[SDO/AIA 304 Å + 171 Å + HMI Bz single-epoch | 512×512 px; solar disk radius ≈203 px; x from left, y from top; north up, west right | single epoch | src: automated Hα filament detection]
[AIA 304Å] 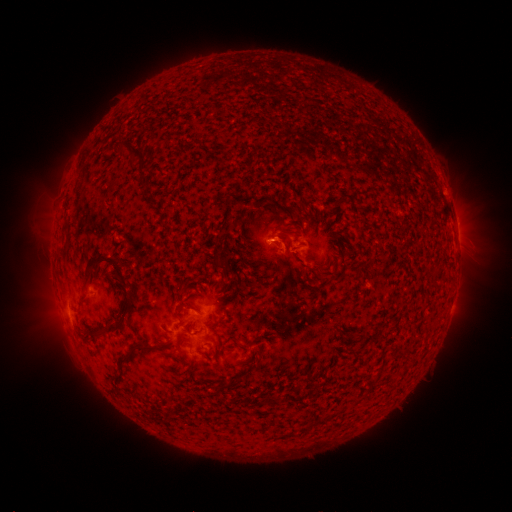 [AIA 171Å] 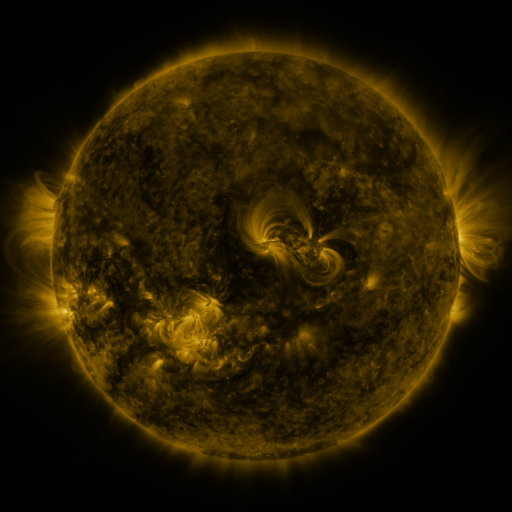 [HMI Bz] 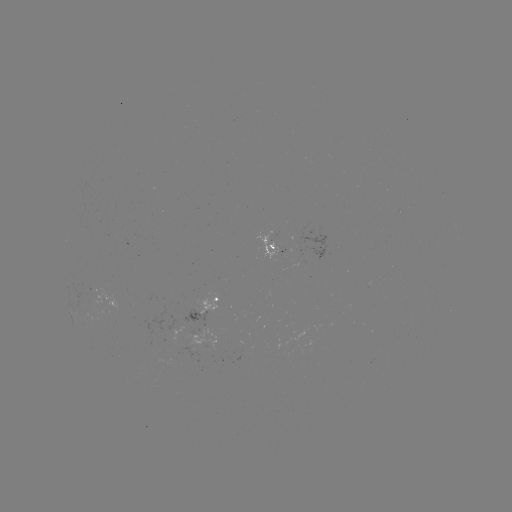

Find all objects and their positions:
filament: (135, 152)
filament: (284, 234)
filament: (105, 257)
filament: (189, 305)
filament: (122, 319)
filament: (147, 346)
filament: (123, 359)
